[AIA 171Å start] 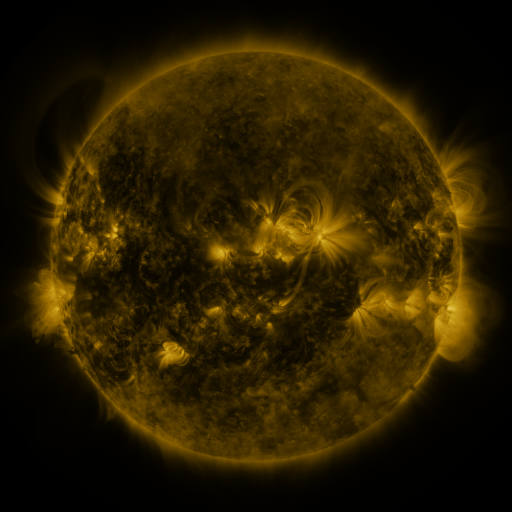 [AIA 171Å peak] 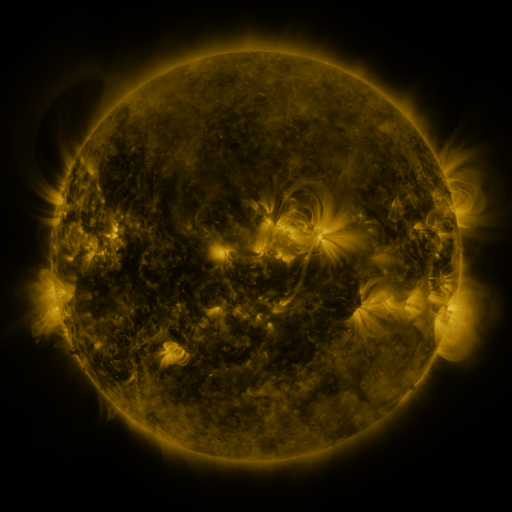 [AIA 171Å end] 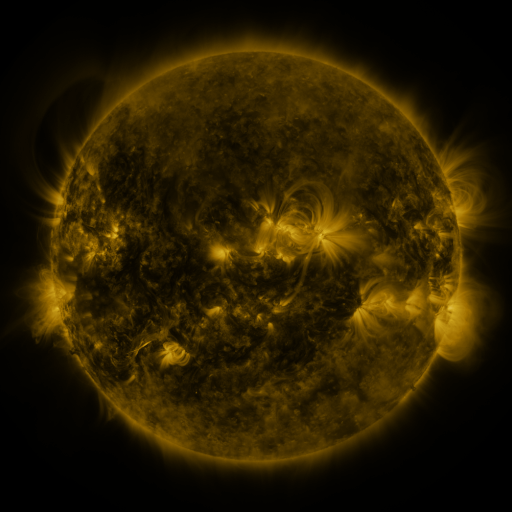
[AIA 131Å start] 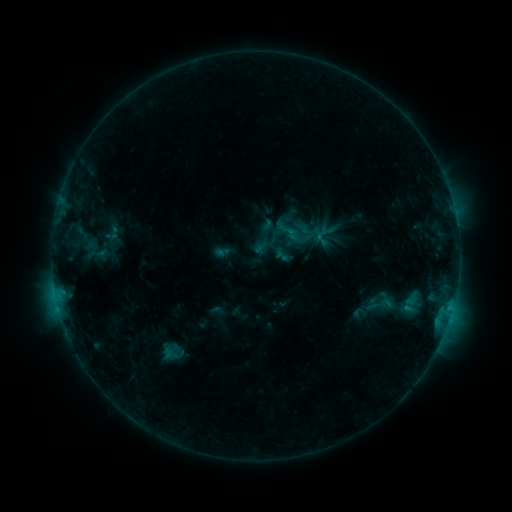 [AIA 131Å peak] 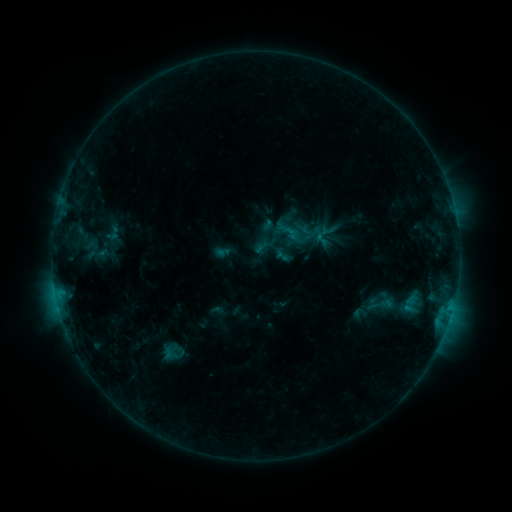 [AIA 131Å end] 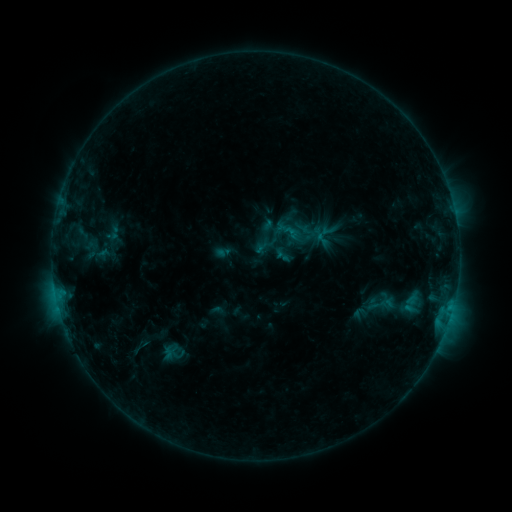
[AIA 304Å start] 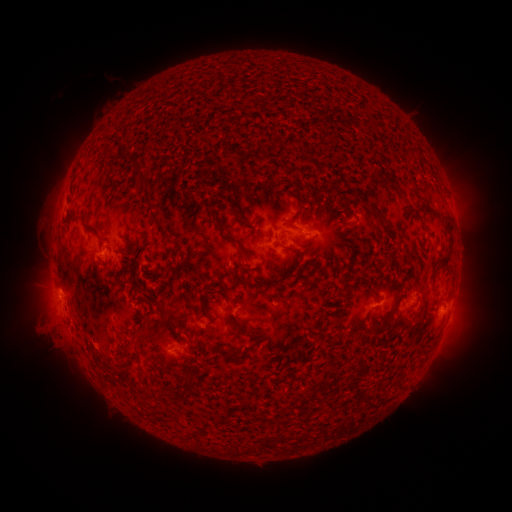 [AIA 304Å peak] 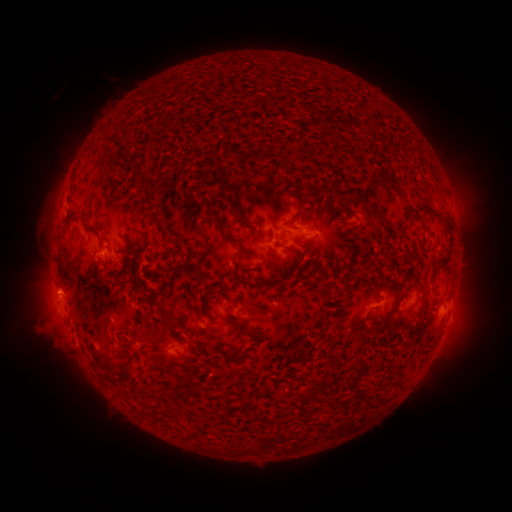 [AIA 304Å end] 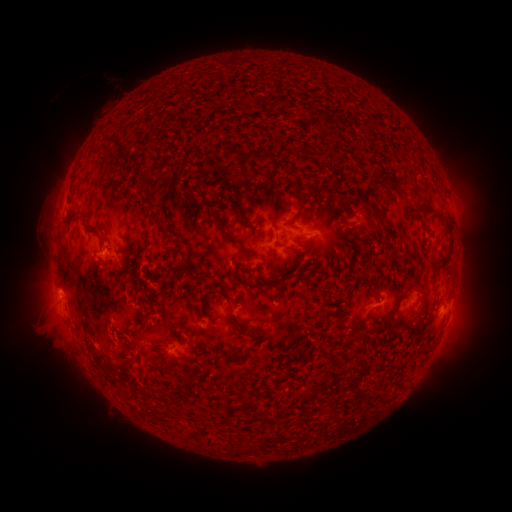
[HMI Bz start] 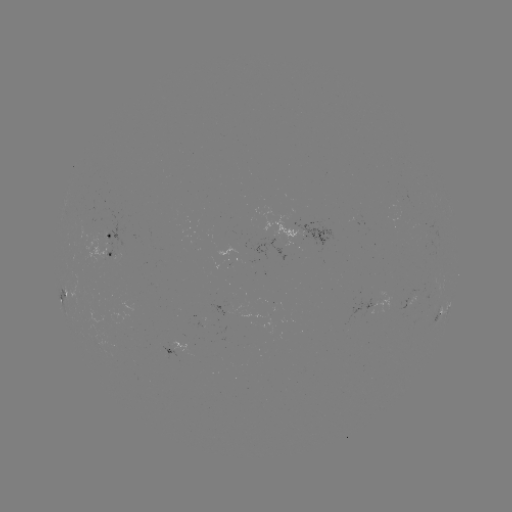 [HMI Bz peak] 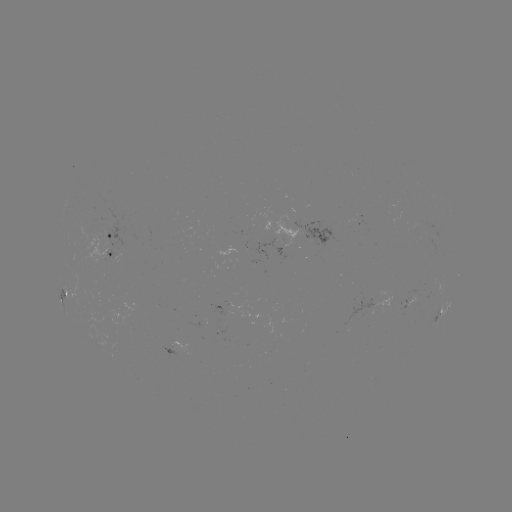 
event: eruption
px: (134, 352)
